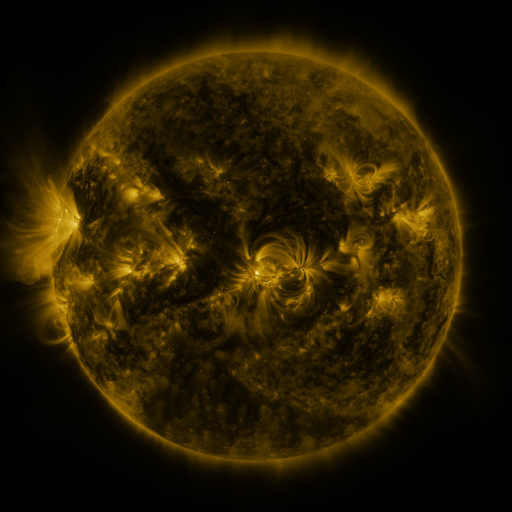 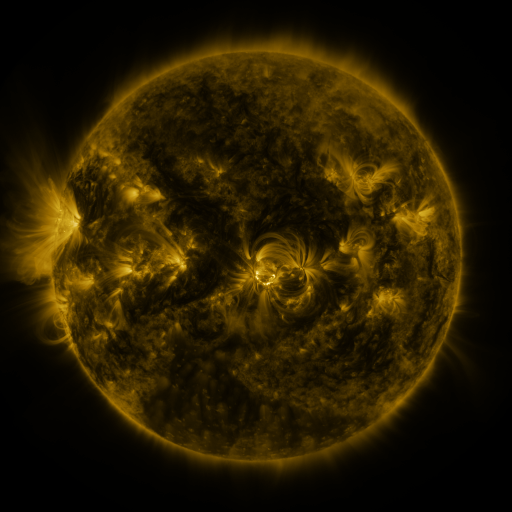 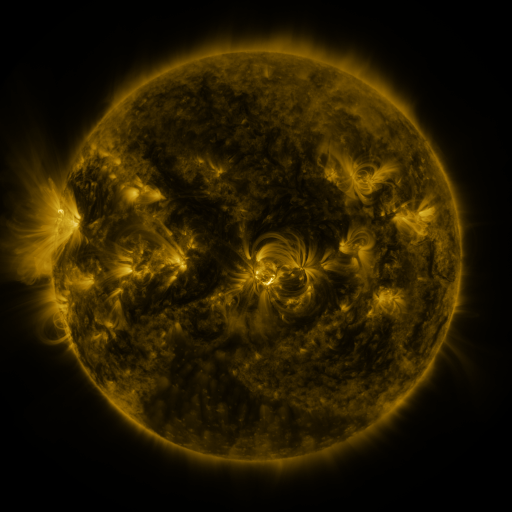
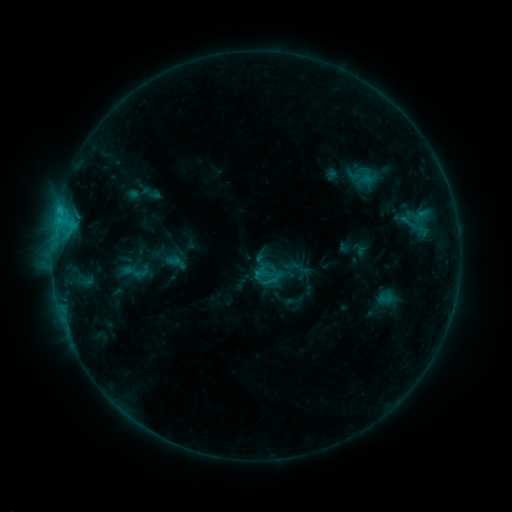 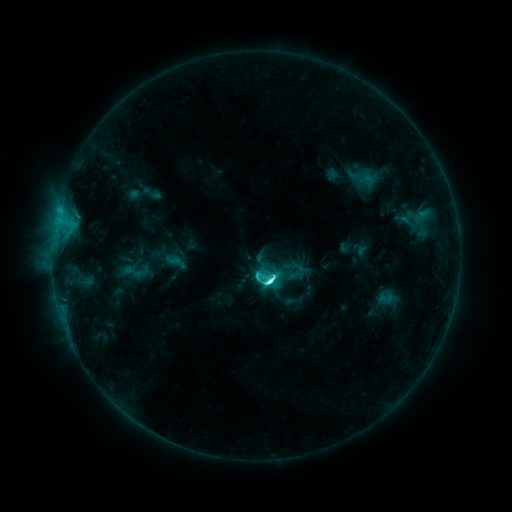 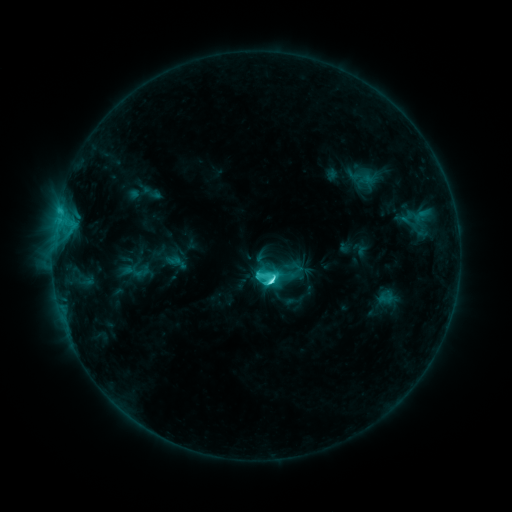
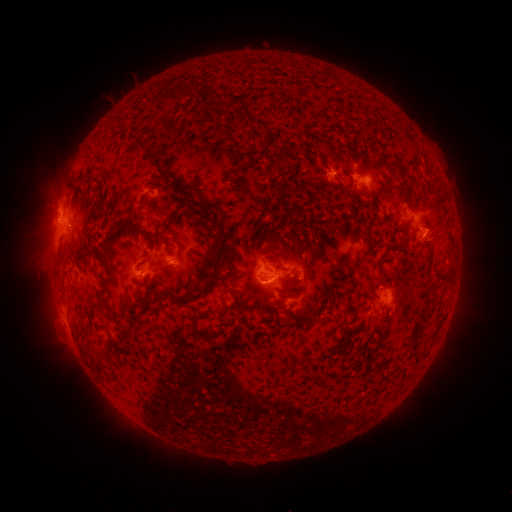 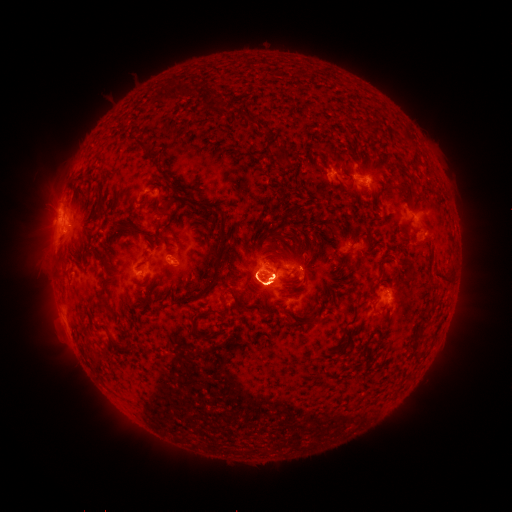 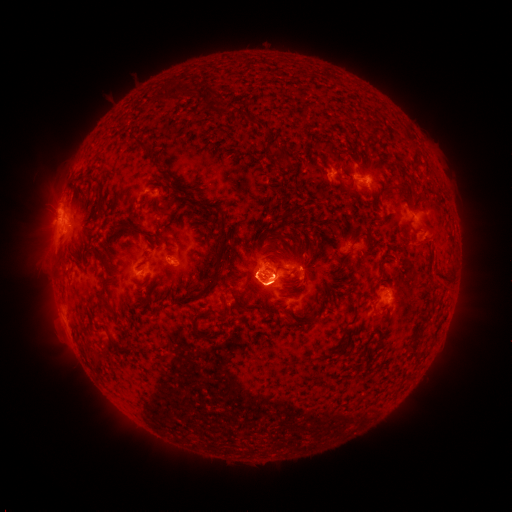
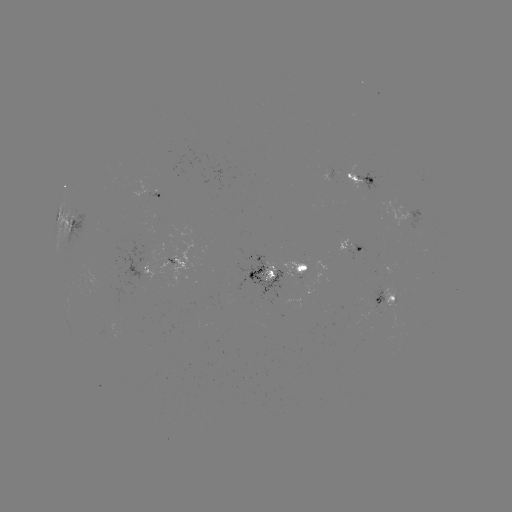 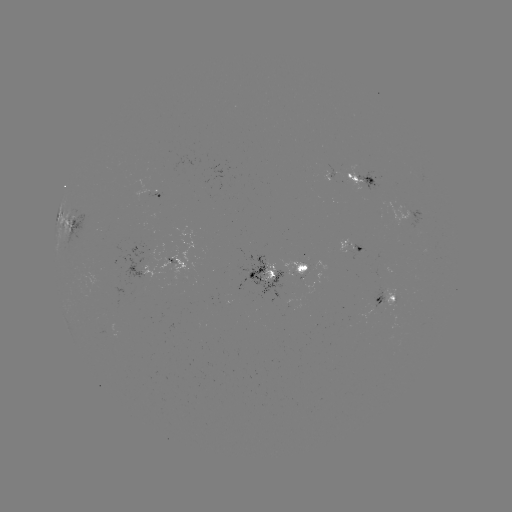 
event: flare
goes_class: C8.2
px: (266, 281)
